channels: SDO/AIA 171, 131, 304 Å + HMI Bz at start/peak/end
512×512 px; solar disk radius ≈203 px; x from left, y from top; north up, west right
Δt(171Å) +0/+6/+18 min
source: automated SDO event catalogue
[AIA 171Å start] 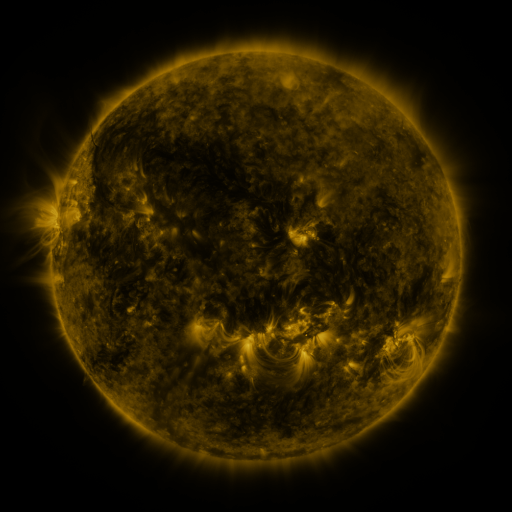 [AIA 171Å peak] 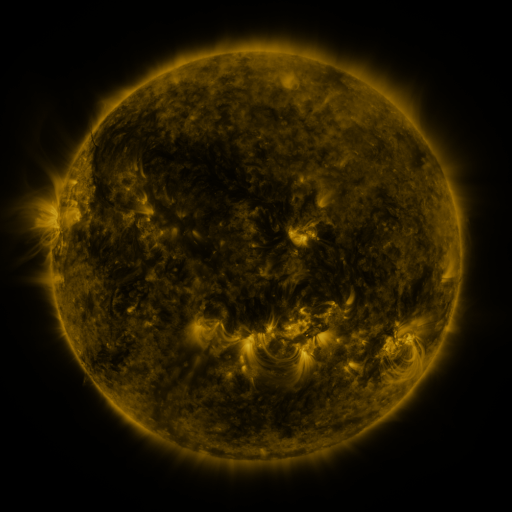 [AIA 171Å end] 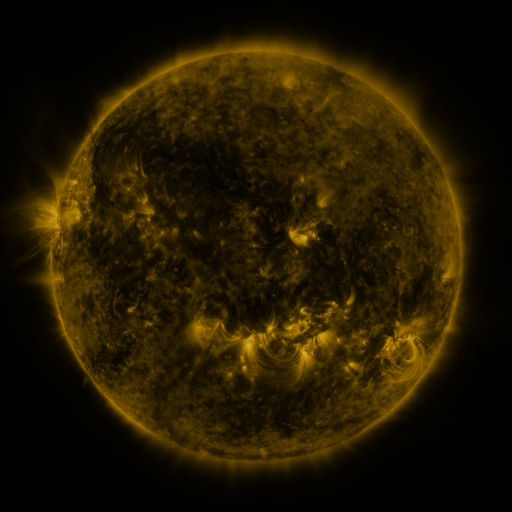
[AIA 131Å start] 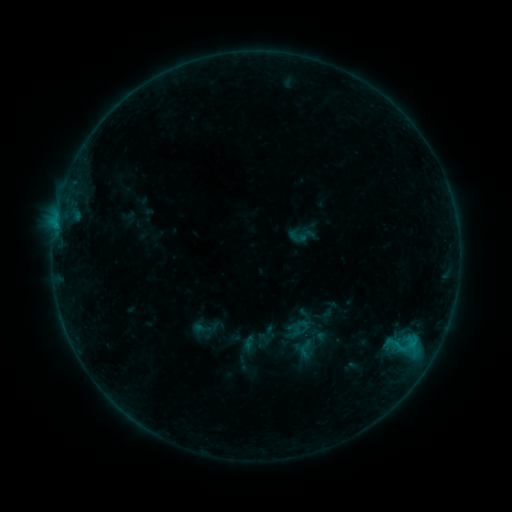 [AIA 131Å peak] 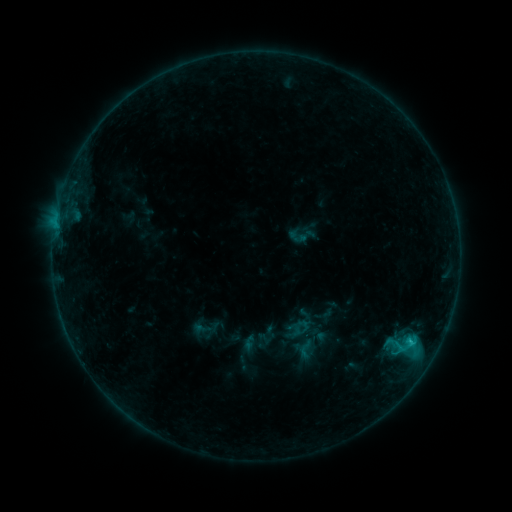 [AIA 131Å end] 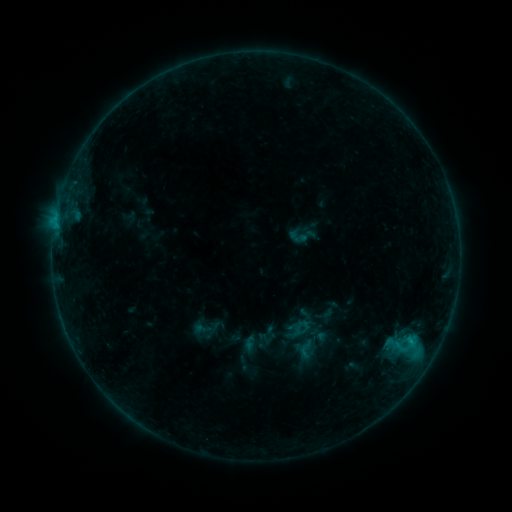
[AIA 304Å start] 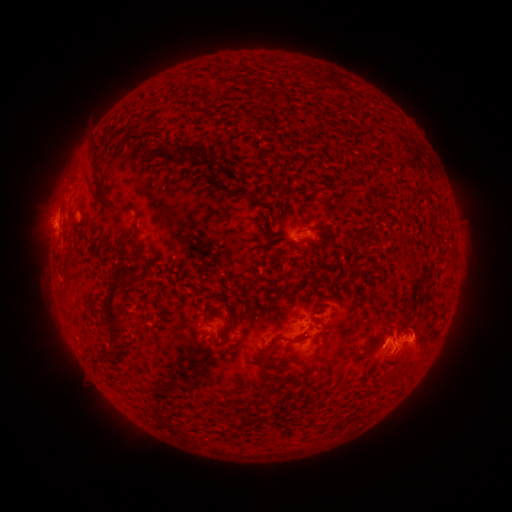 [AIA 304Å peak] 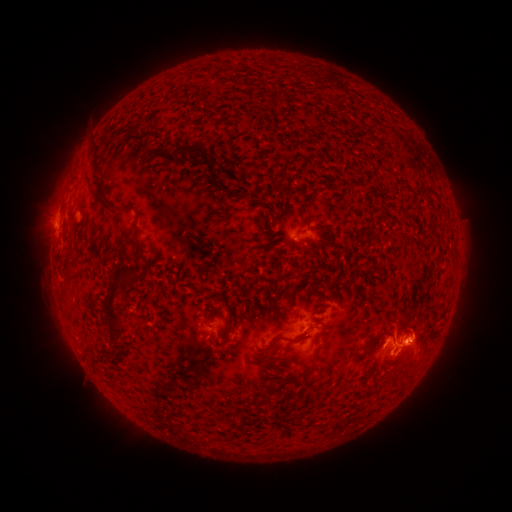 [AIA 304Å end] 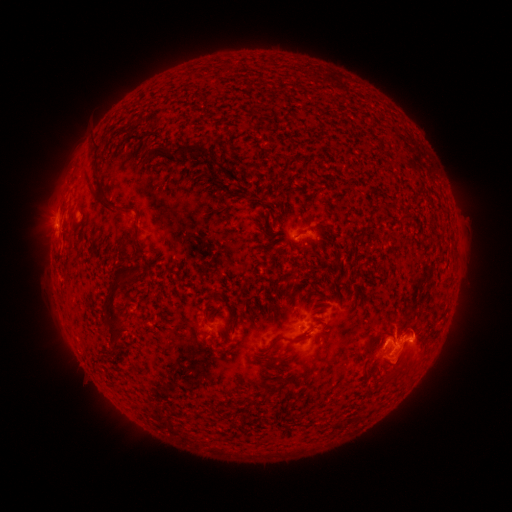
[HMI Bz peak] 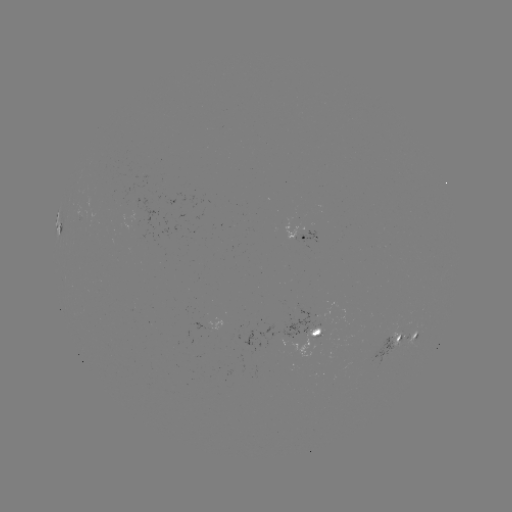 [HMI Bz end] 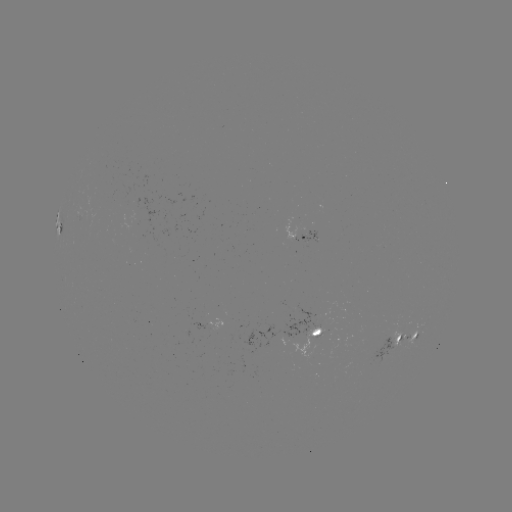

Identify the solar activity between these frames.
eruption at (406, 360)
